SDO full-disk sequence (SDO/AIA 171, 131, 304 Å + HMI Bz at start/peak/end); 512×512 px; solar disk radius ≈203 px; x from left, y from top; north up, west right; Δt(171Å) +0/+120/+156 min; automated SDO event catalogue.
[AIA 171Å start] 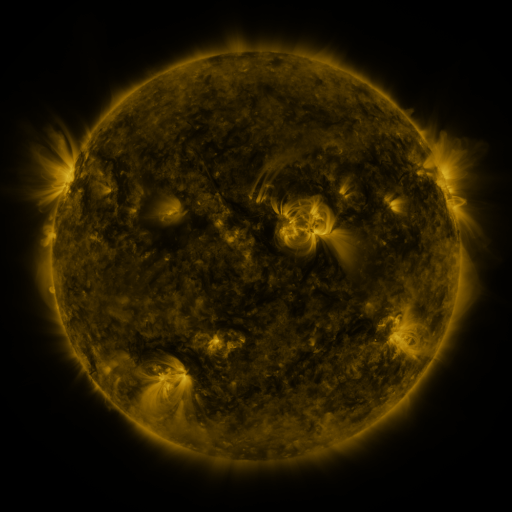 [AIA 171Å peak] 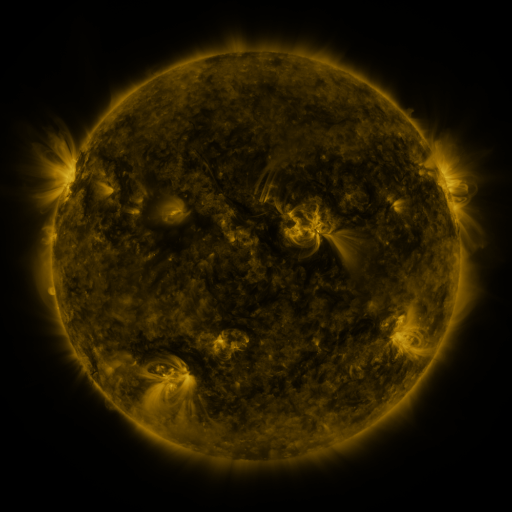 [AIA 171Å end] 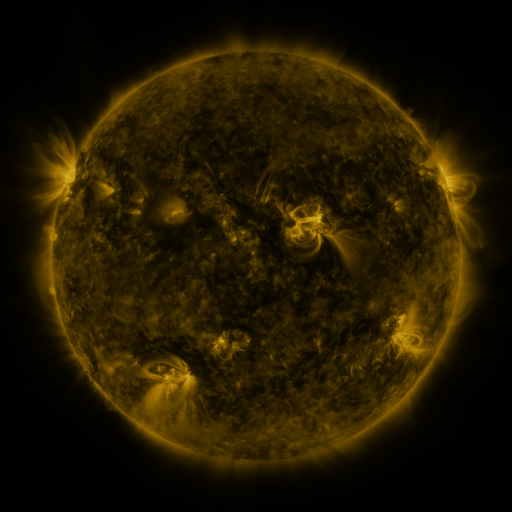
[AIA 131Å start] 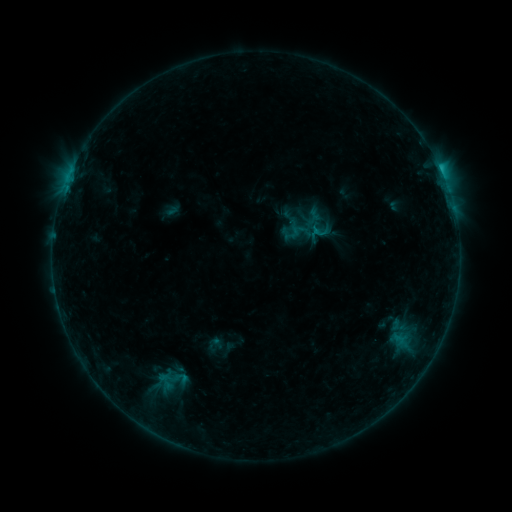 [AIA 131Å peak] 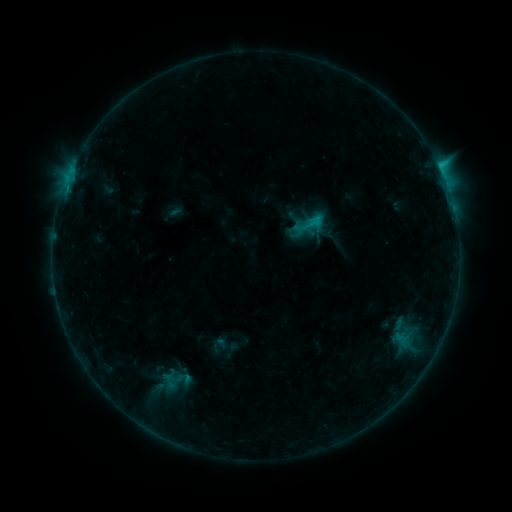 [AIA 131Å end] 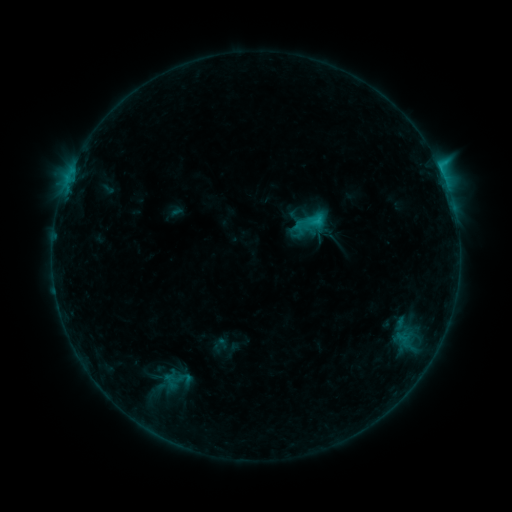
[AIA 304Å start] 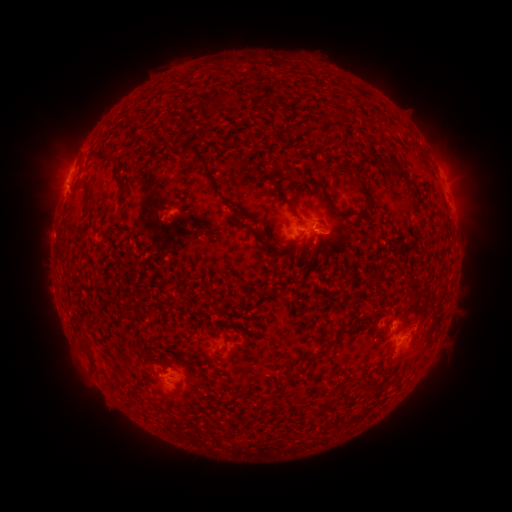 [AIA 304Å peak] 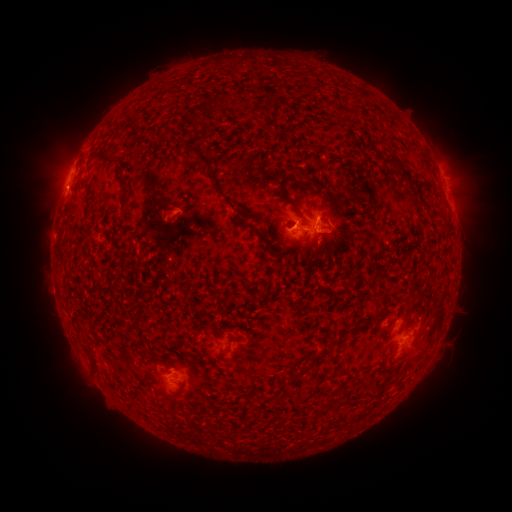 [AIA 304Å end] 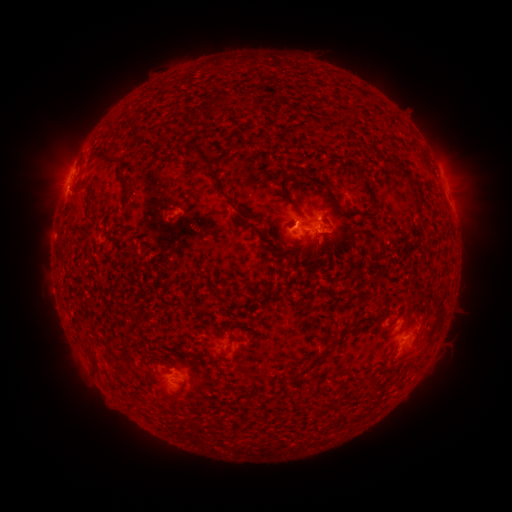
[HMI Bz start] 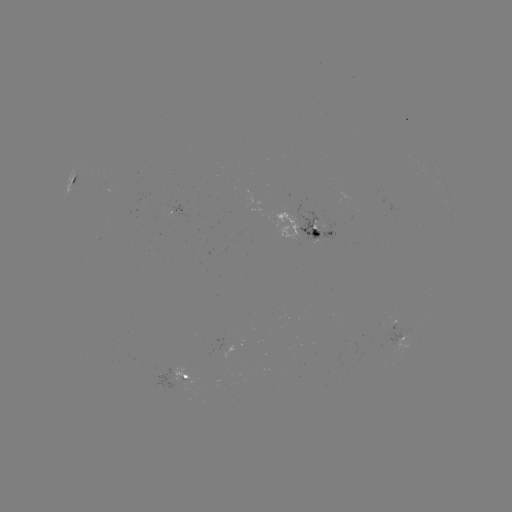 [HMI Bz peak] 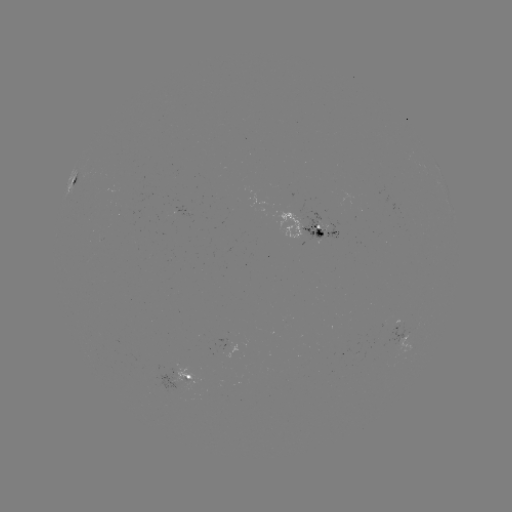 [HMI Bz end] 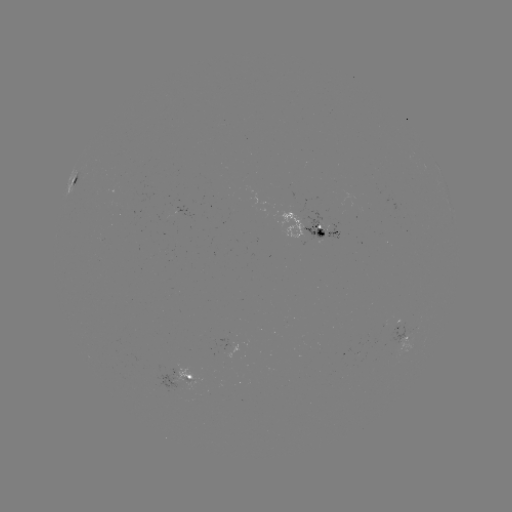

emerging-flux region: <bbox>355, 343, 362, 357</bbox>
